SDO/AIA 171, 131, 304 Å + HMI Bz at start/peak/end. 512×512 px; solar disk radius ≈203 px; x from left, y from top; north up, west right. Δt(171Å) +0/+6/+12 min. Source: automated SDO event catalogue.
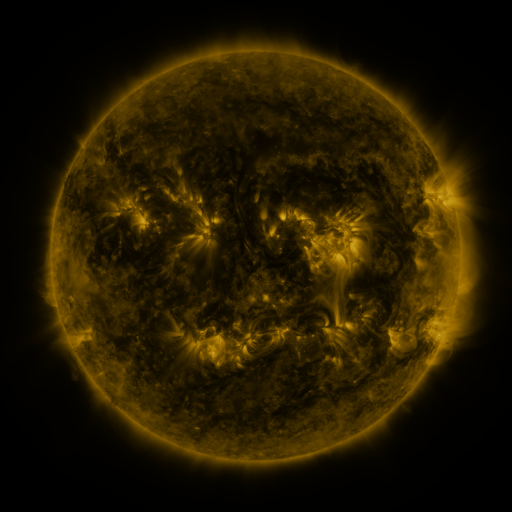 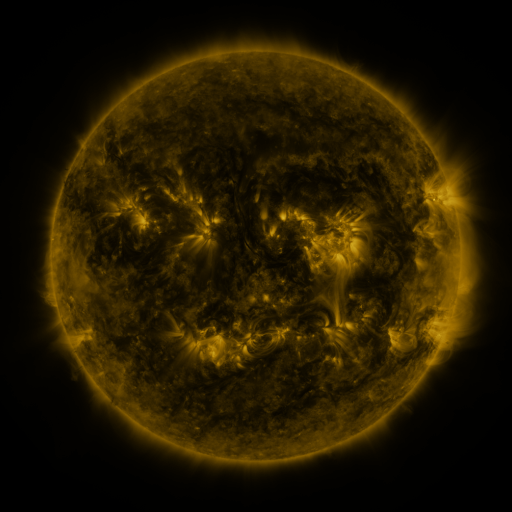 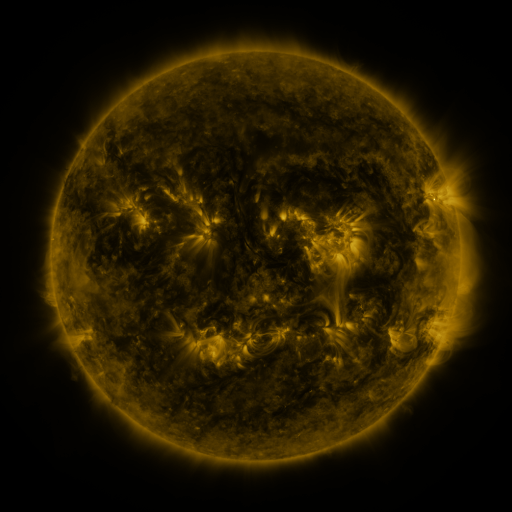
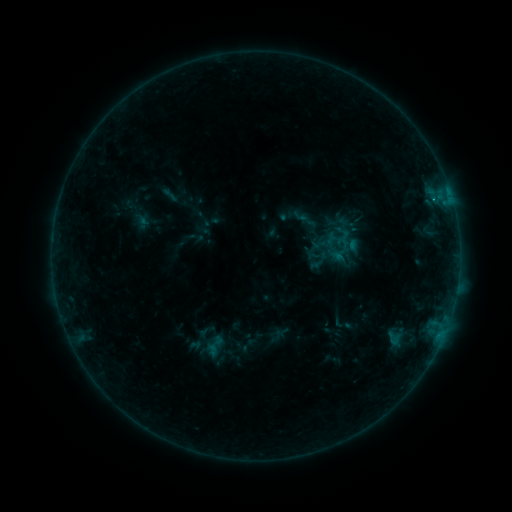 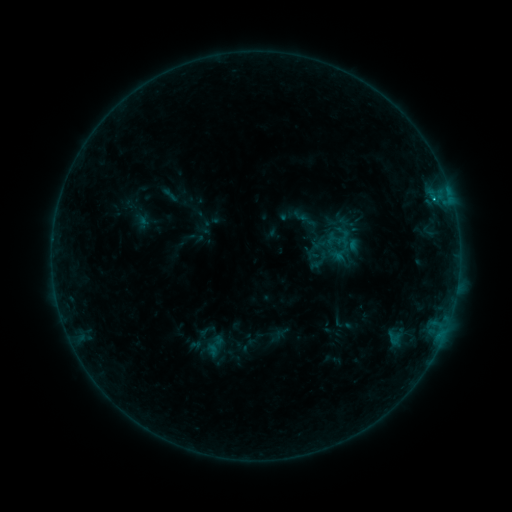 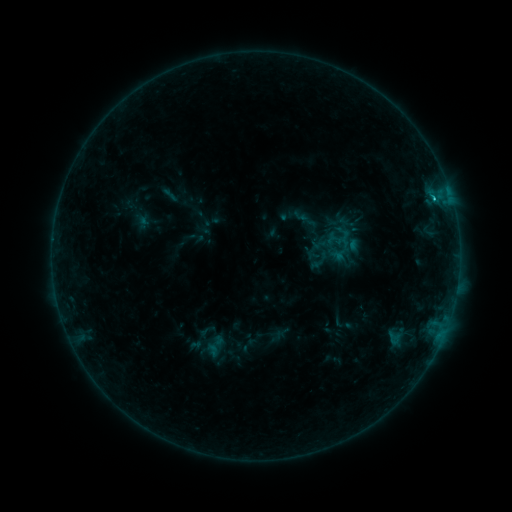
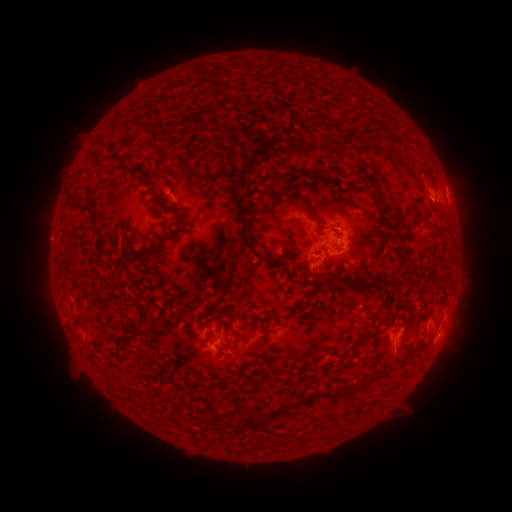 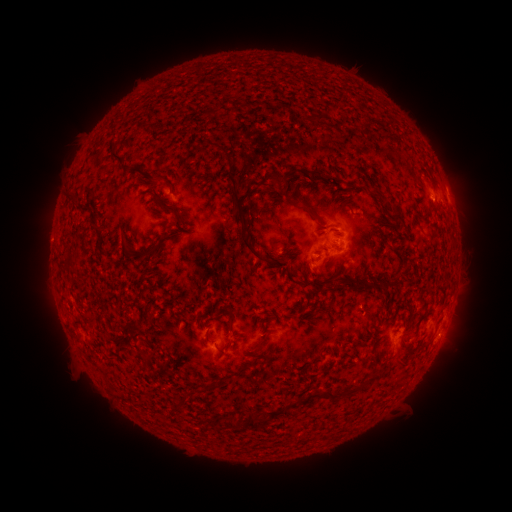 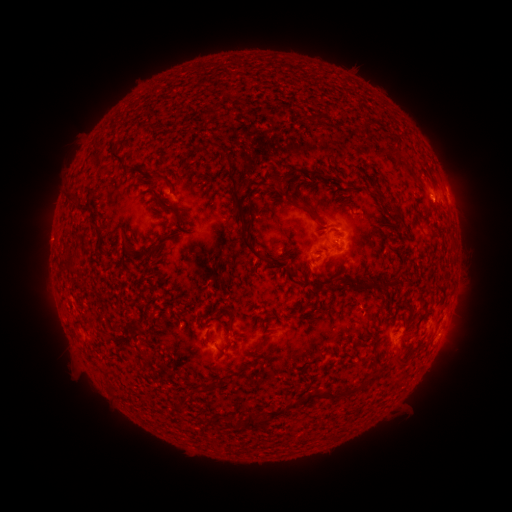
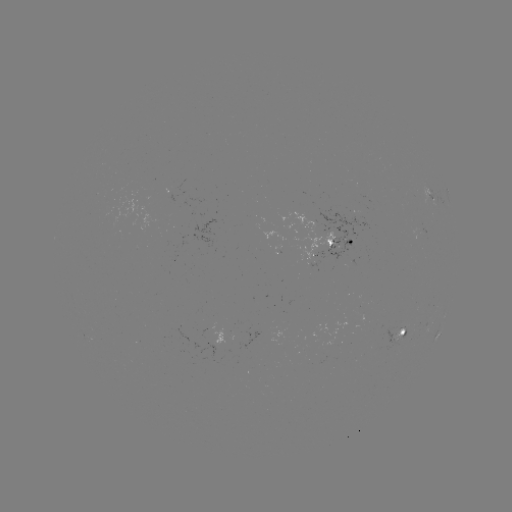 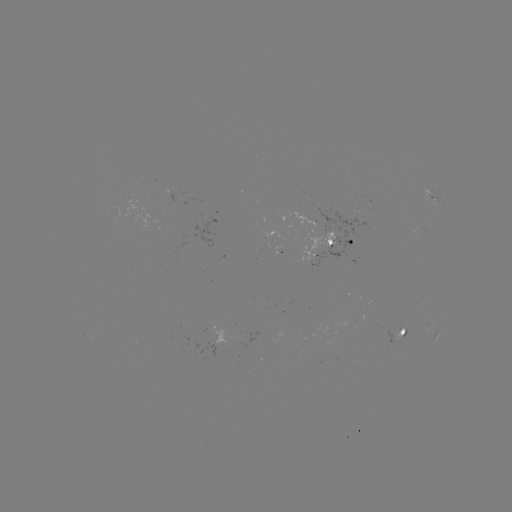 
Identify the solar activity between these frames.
B6.7 flare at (434, 202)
